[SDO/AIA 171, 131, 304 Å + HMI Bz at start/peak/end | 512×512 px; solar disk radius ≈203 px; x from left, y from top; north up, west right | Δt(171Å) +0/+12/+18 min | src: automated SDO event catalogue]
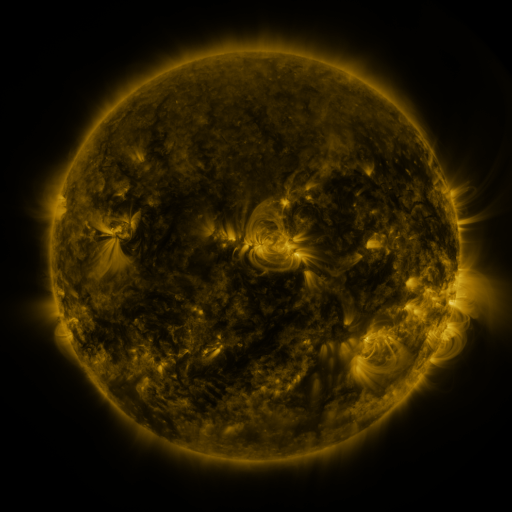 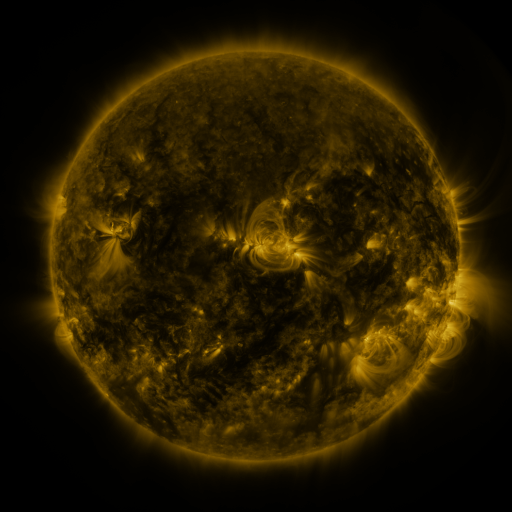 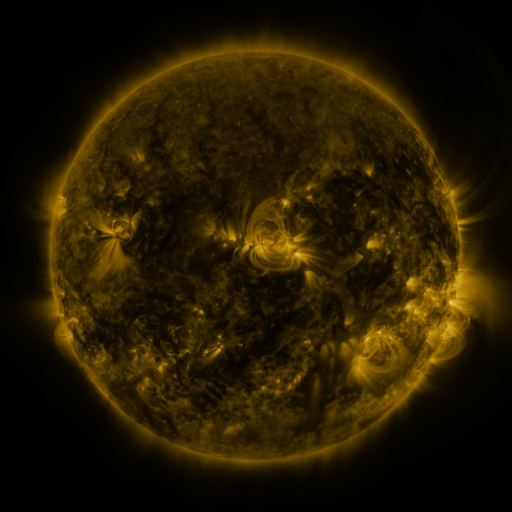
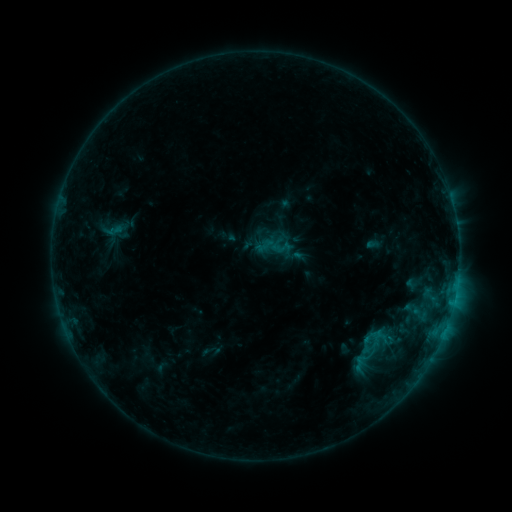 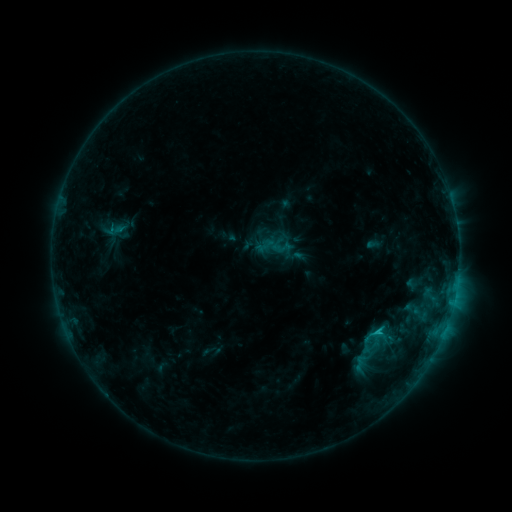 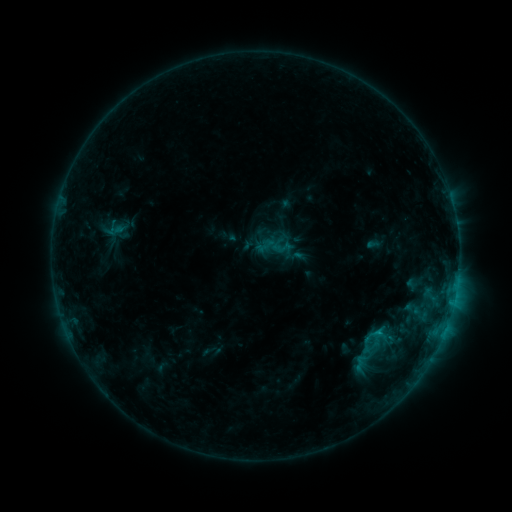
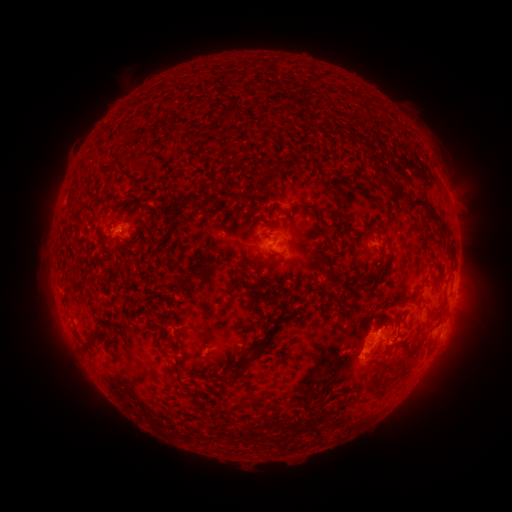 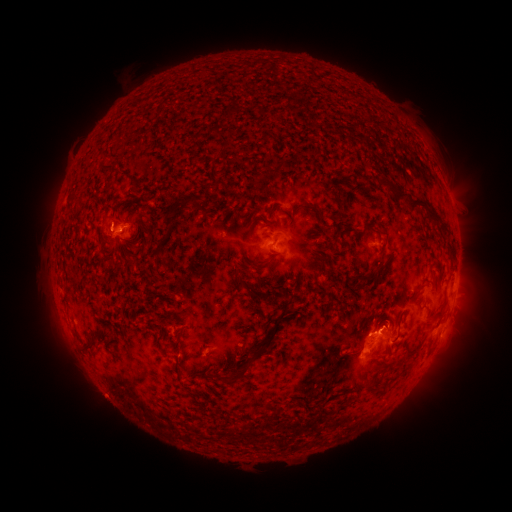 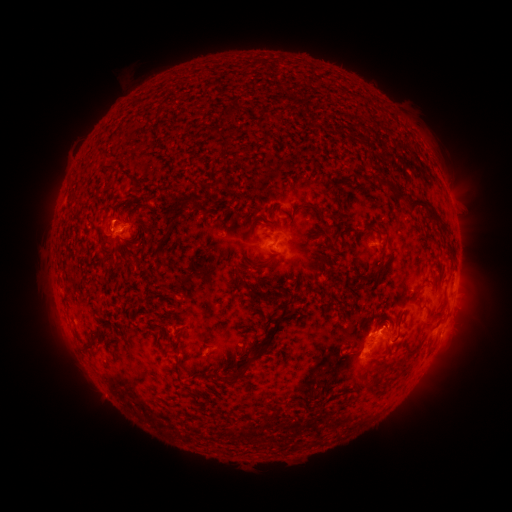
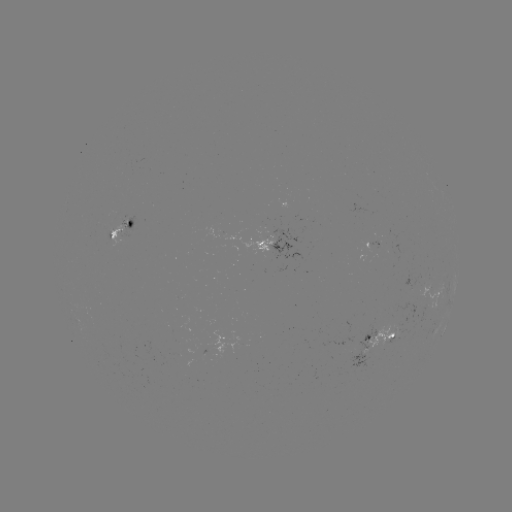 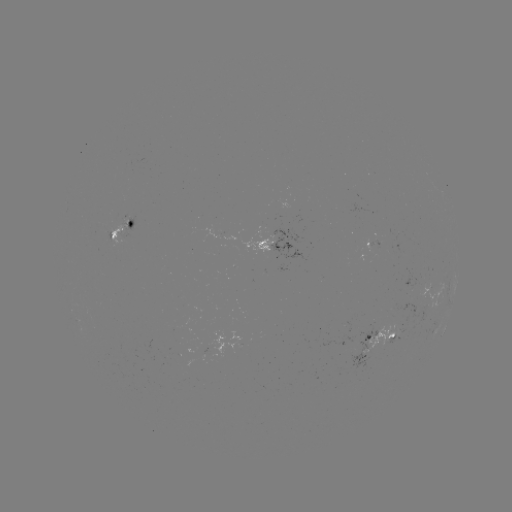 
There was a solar flare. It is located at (376, 328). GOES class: C1.0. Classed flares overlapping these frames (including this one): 1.